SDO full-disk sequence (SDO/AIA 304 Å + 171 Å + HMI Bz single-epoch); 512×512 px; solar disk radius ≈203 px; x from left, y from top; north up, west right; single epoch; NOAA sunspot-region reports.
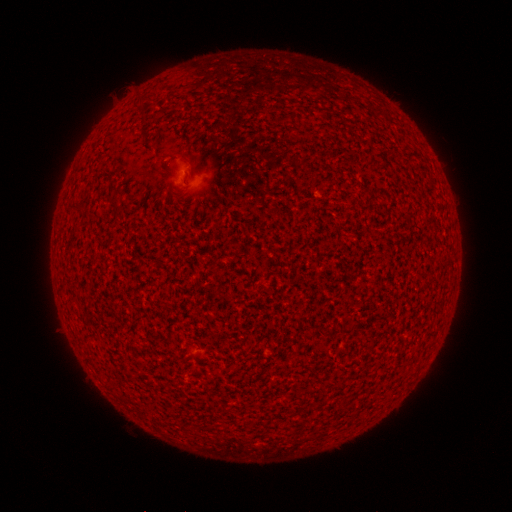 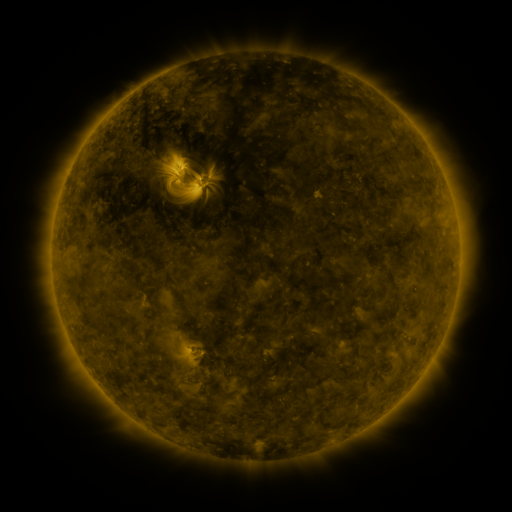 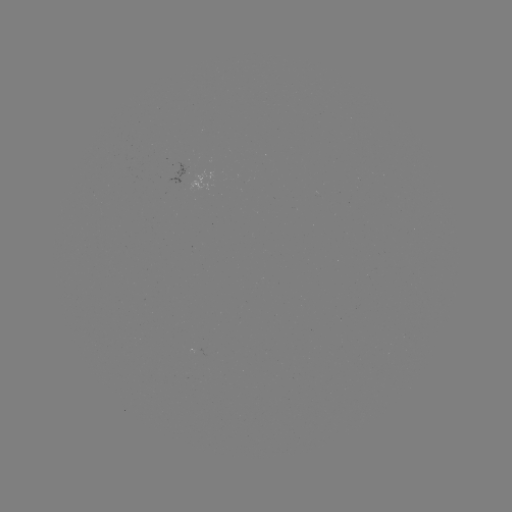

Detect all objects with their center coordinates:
(none)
